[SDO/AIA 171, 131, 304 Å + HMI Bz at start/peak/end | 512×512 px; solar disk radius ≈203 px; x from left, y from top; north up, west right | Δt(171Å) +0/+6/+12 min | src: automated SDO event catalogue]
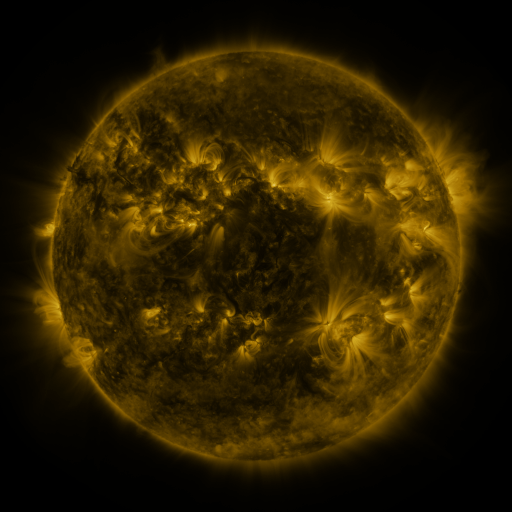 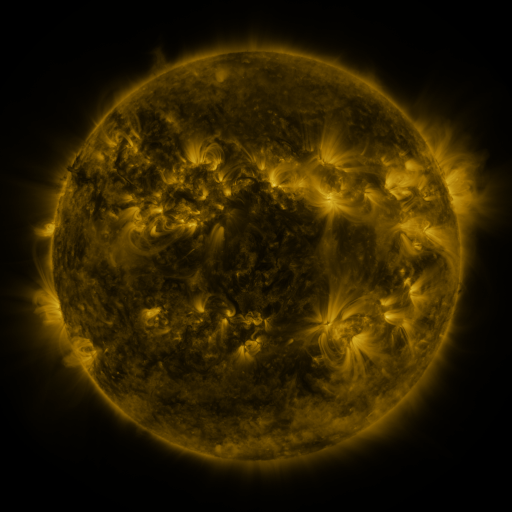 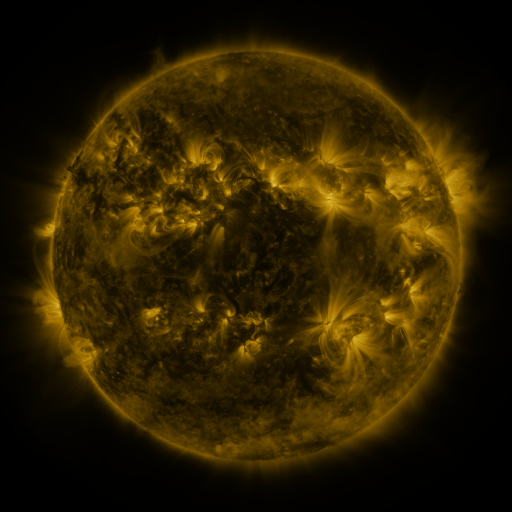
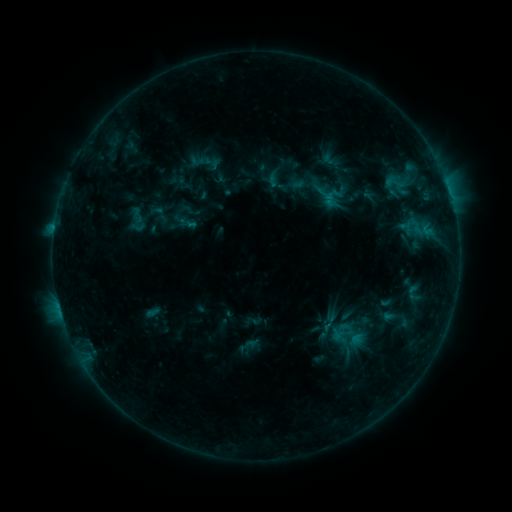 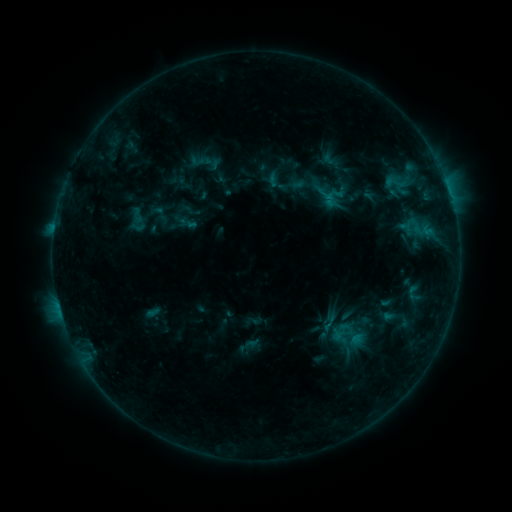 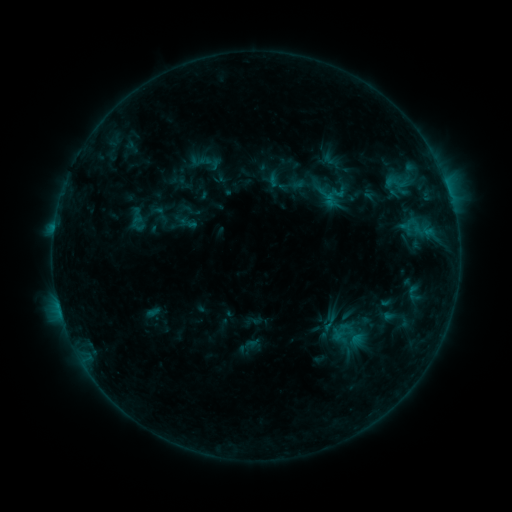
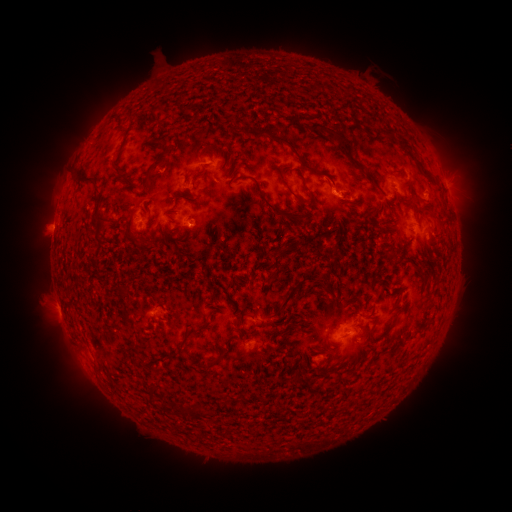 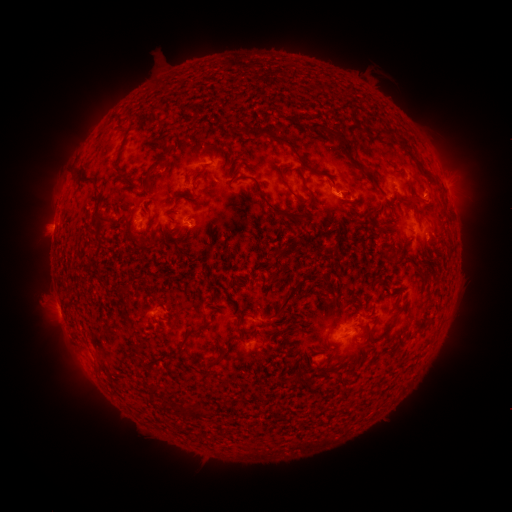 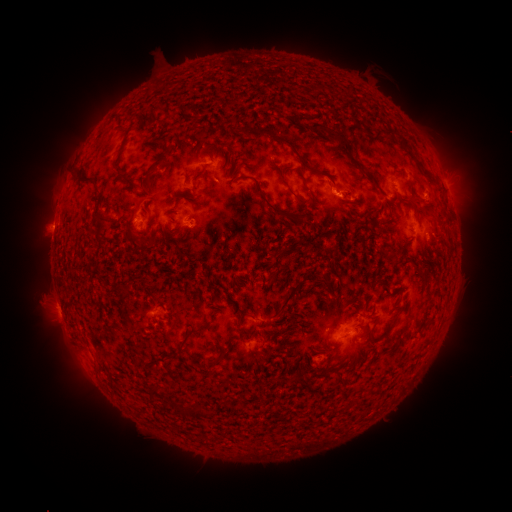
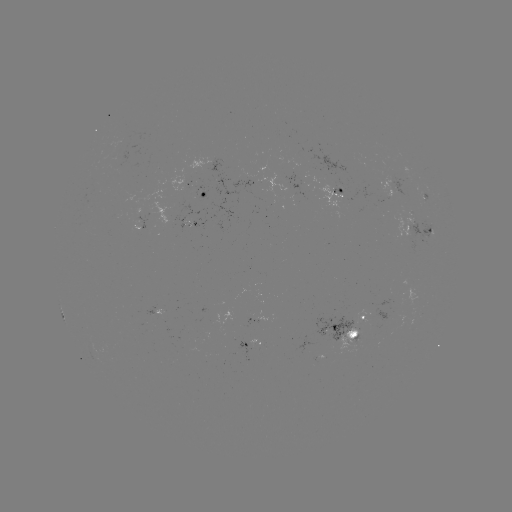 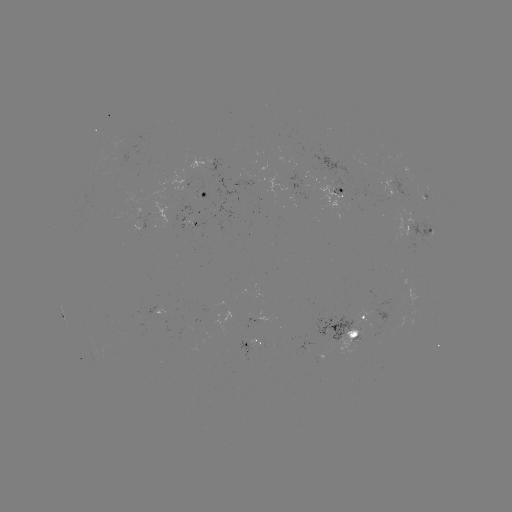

no catalogued flare and no flagged EUV brightening in this window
